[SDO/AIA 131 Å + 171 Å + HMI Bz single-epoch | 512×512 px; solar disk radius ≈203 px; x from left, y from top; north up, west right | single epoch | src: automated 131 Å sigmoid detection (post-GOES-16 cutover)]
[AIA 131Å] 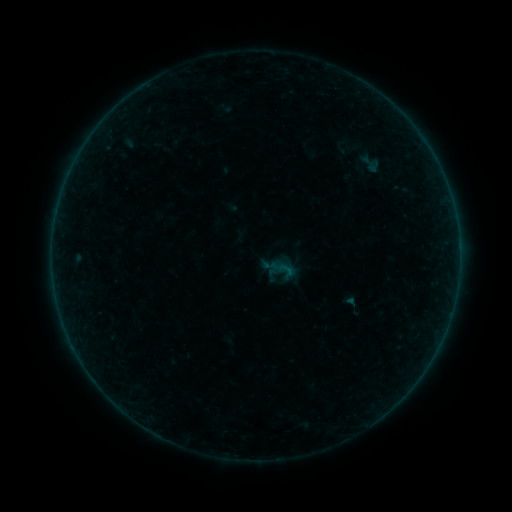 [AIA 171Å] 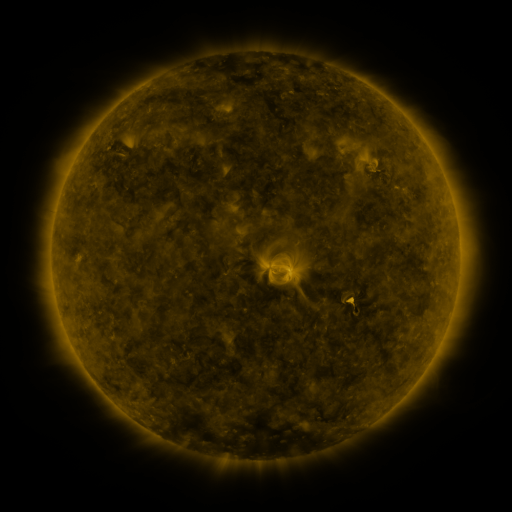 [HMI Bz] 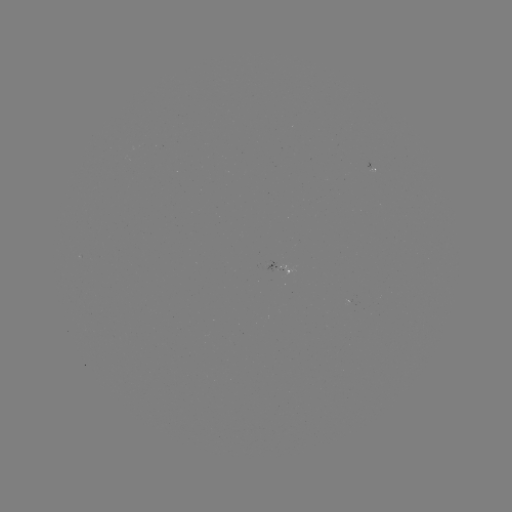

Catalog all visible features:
sigmoid: (283, 269)
